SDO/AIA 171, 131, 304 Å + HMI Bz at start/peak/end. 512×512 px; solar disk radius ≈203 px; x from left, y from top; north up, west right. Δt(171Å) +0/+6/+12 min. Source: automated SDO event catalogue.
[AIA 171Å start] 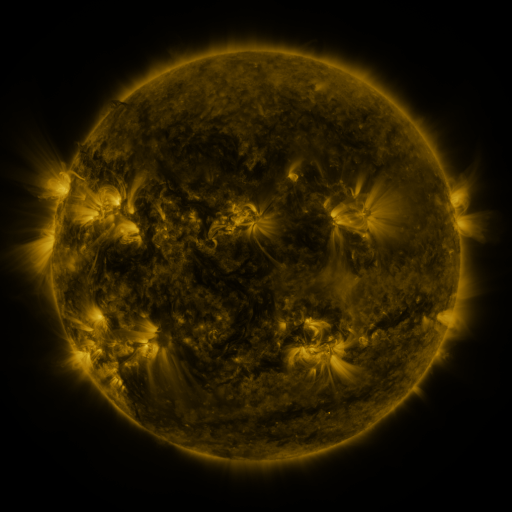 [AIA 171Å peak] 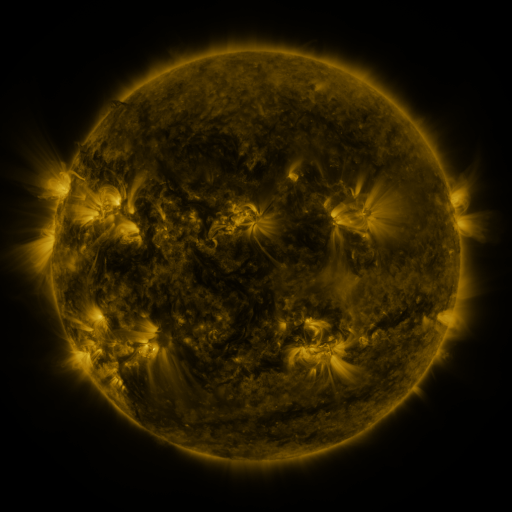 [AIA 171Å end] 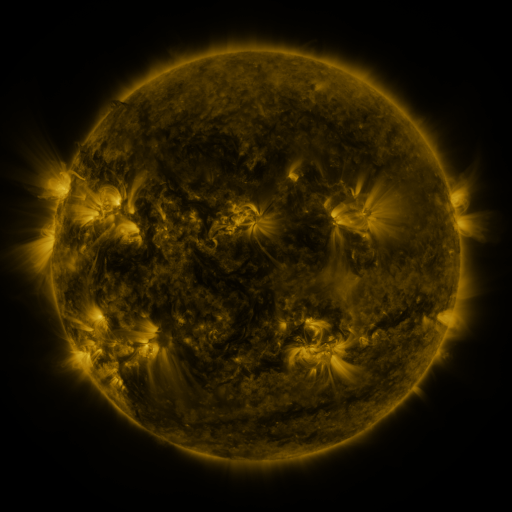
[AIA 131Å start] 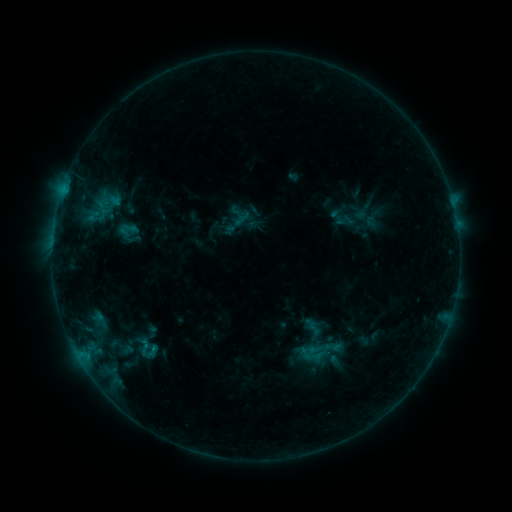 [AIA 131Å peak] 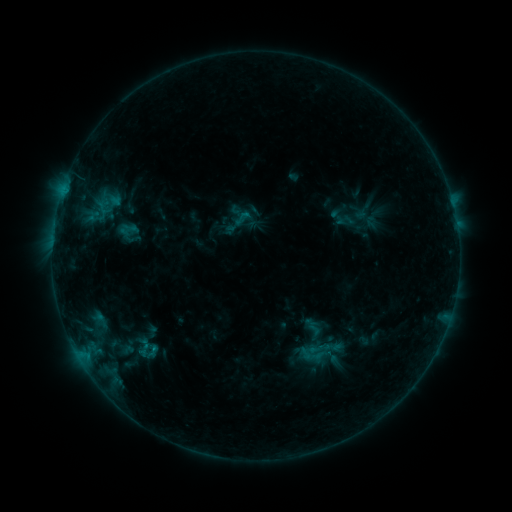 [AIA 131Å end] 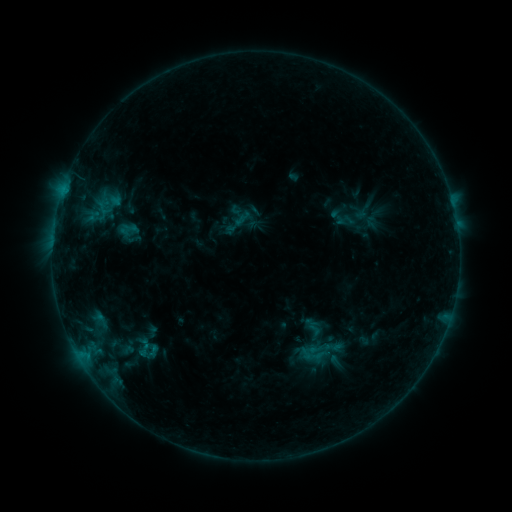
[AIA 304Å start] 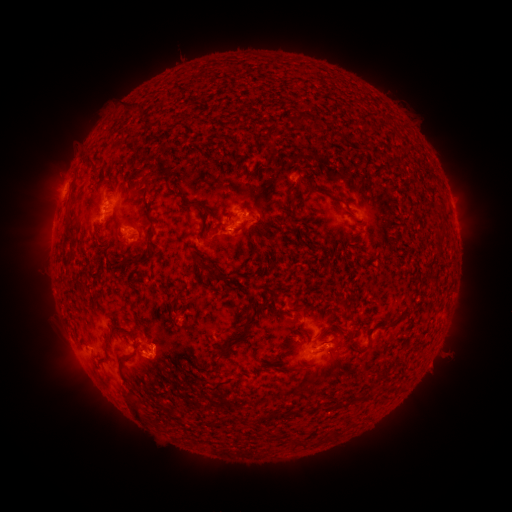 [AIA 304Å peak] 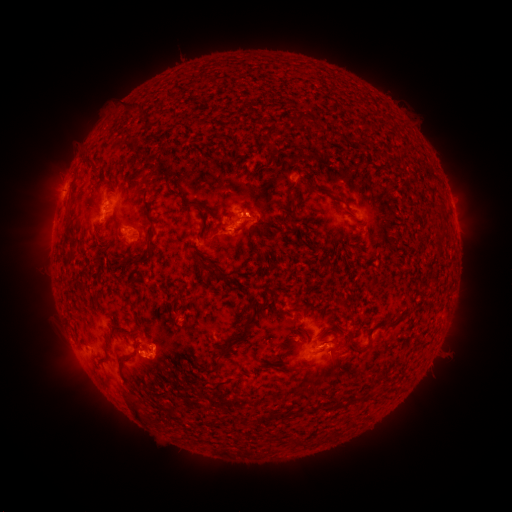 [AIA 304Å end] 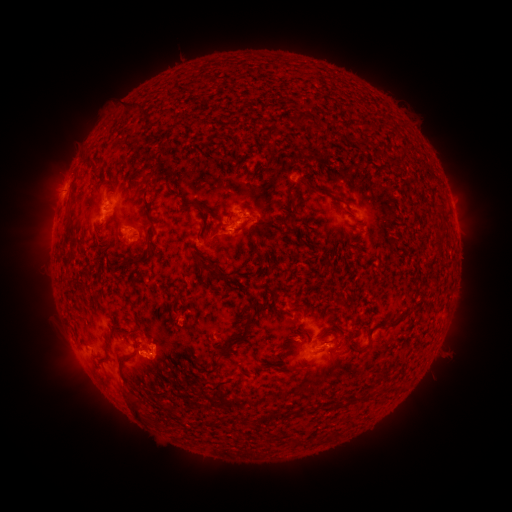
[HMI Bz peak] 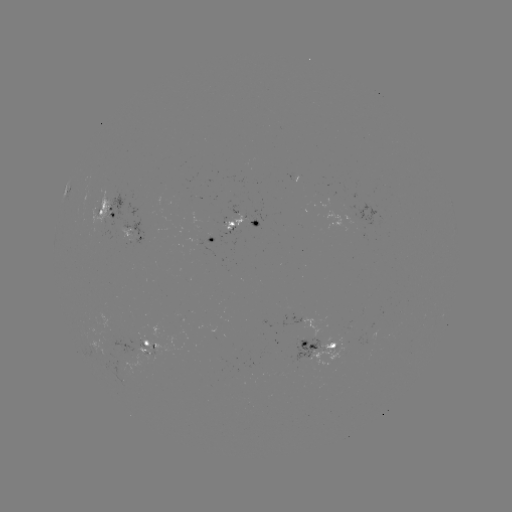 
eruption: (237, 189, 276, 231)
